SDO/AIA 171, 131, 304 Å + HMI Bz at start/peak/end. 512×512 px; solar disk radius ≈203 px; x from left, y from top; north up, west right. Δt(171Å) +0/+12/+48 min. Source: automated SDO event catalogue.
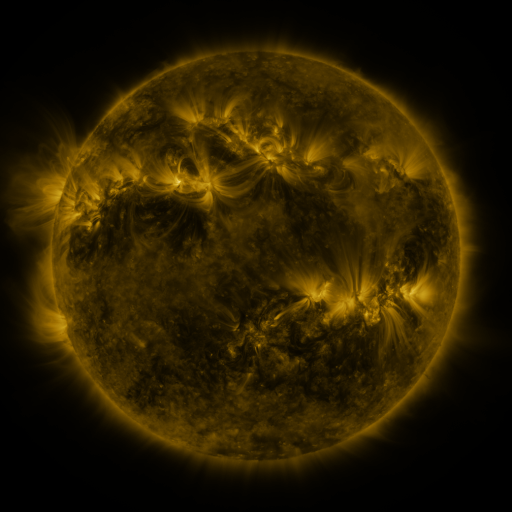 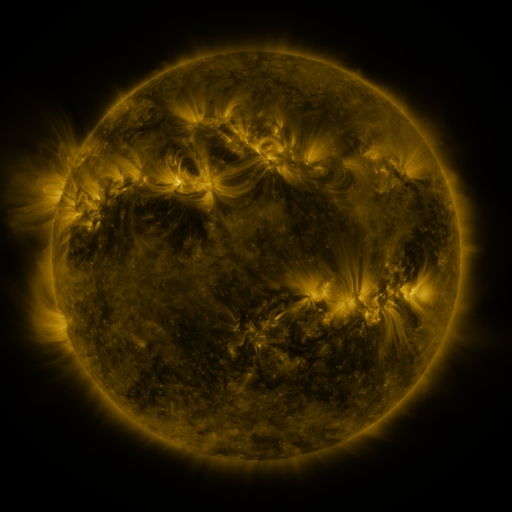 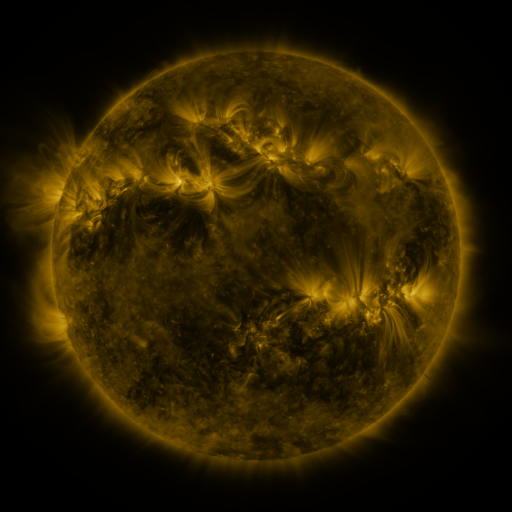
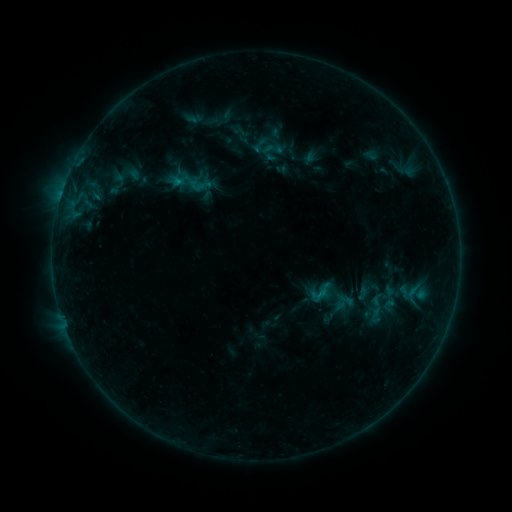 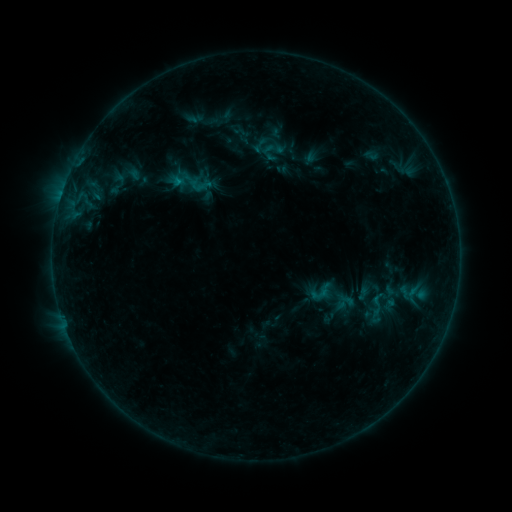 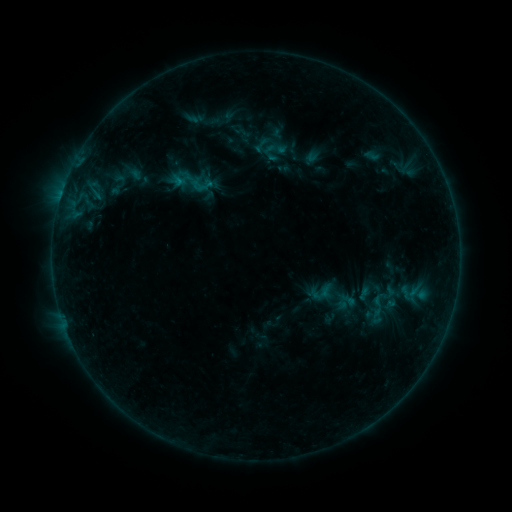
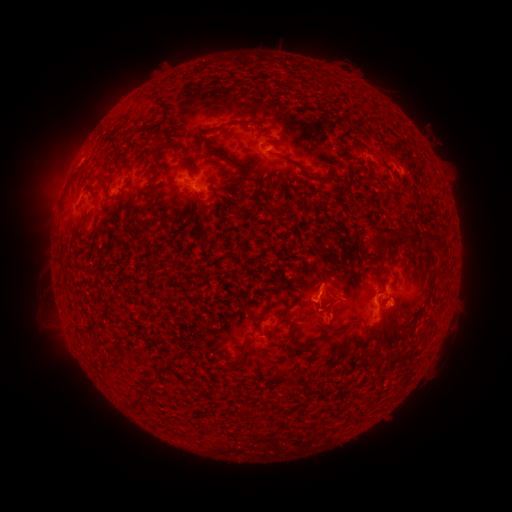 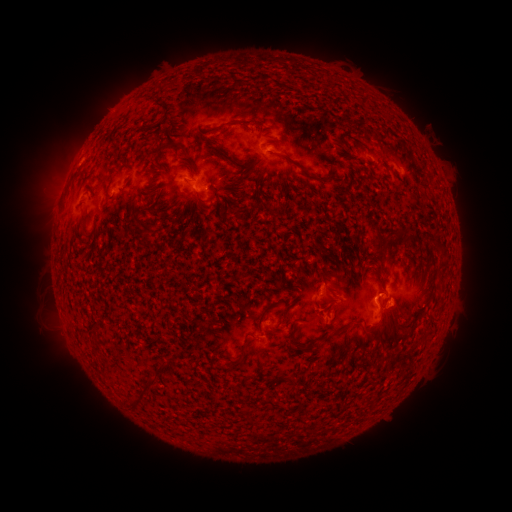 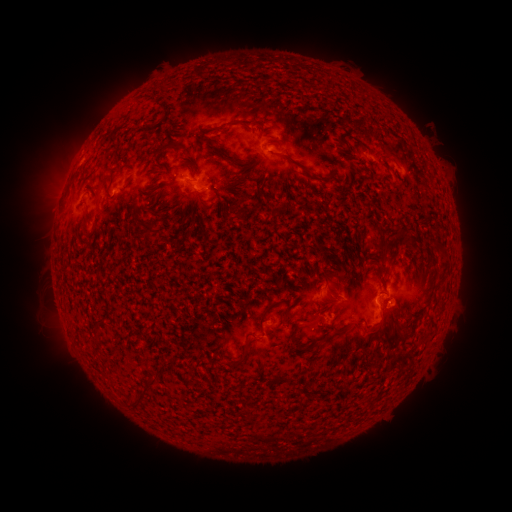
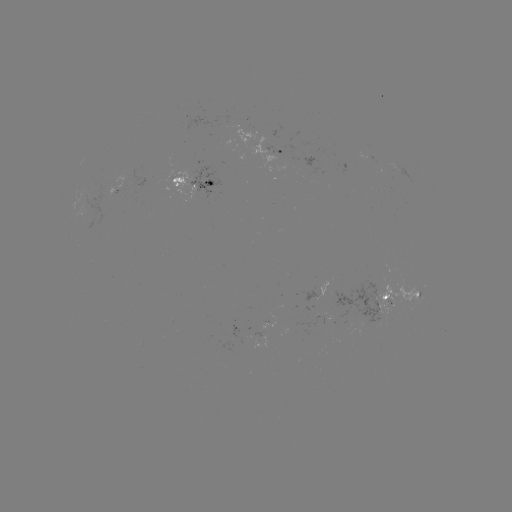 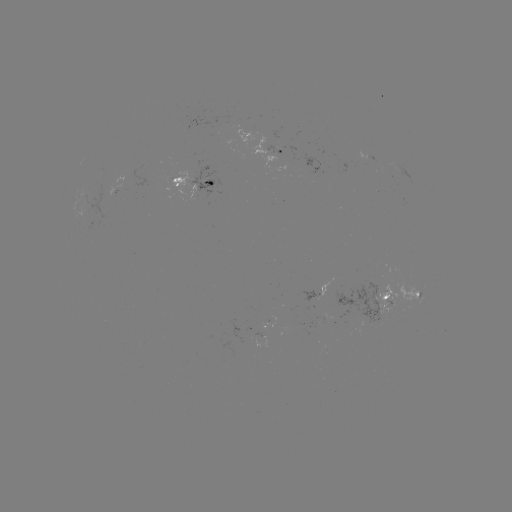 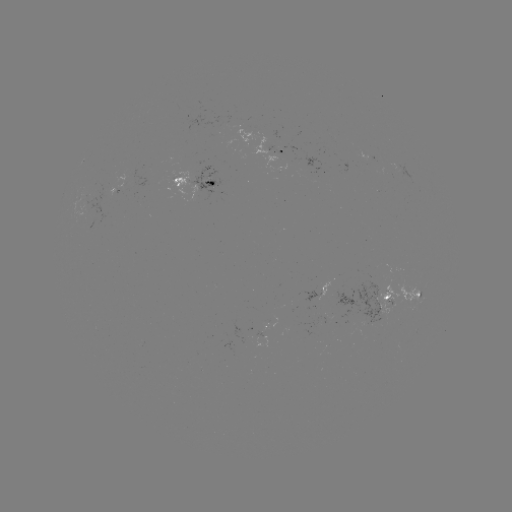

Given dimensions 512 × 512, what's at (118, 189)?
emerging-flux region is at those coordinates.